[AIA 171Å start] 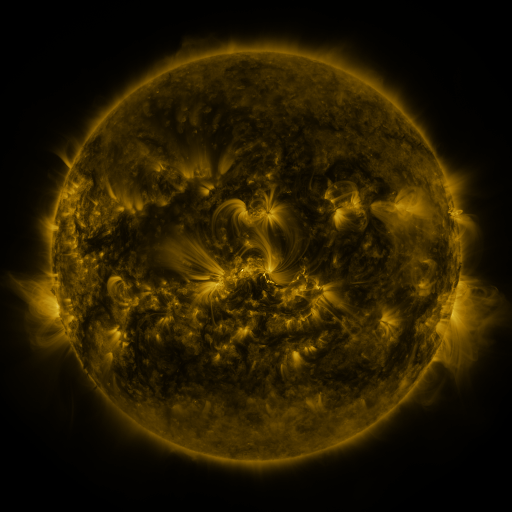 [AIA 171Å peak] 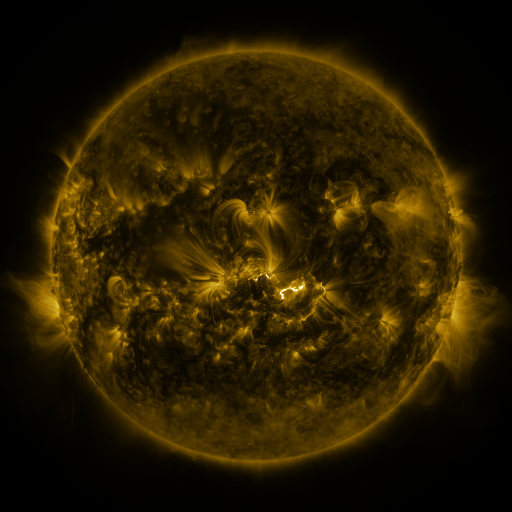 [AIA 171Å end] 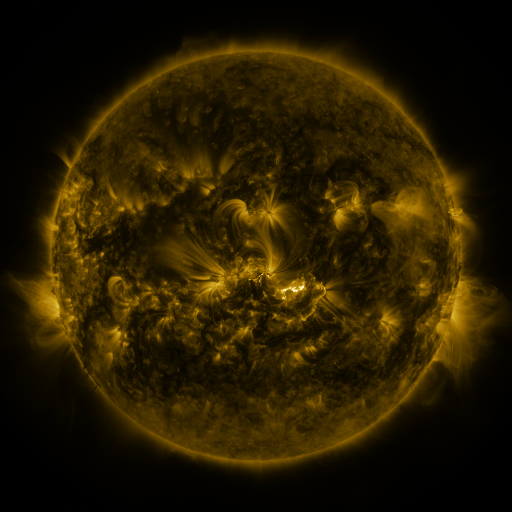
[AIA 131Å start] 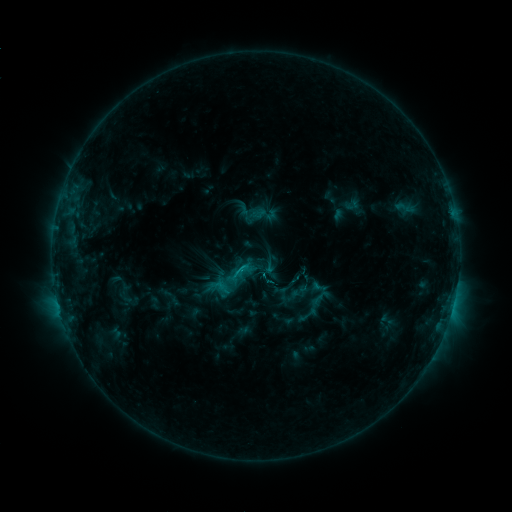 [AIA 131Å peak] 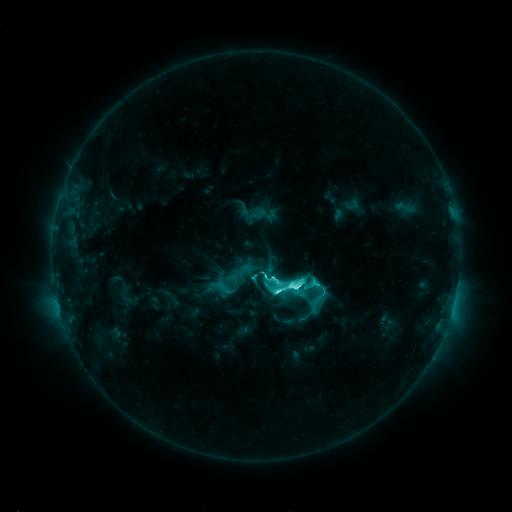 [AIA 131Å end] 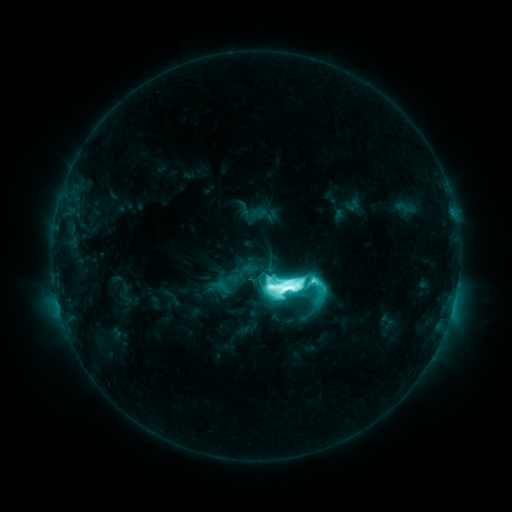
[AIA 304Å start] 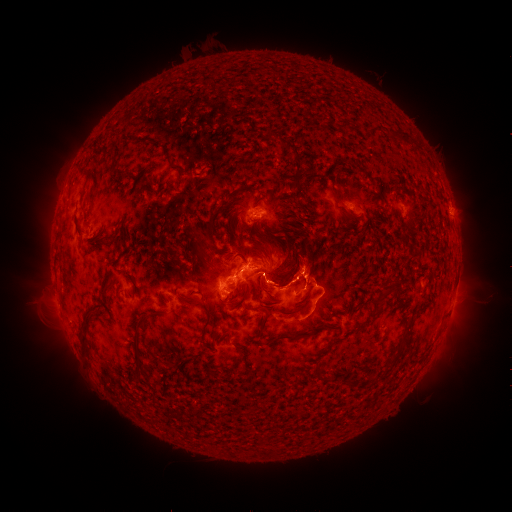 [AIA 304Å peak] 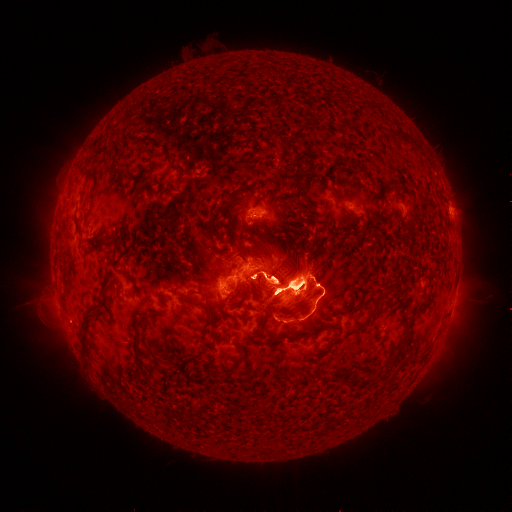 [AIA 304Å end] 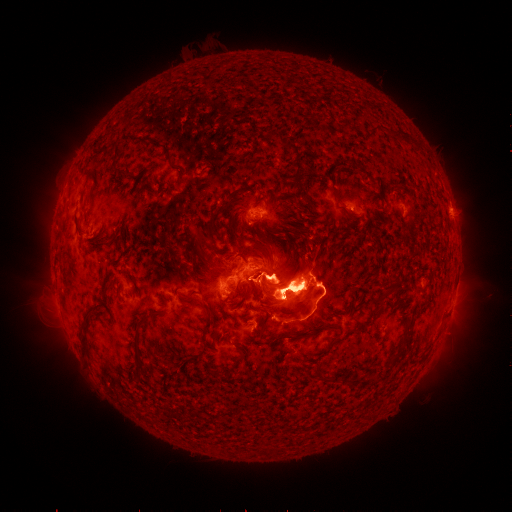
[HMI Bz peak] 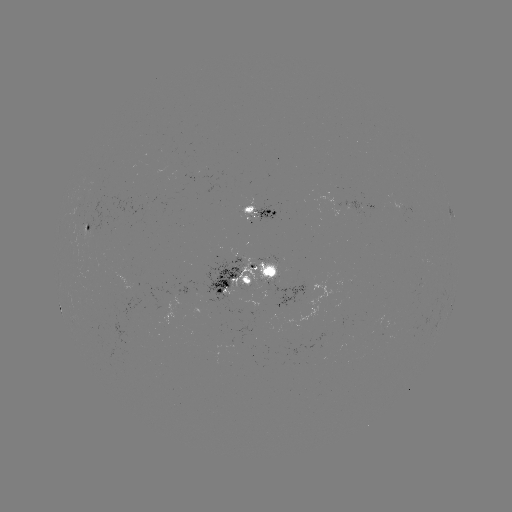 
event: eruption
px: (294, 411)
